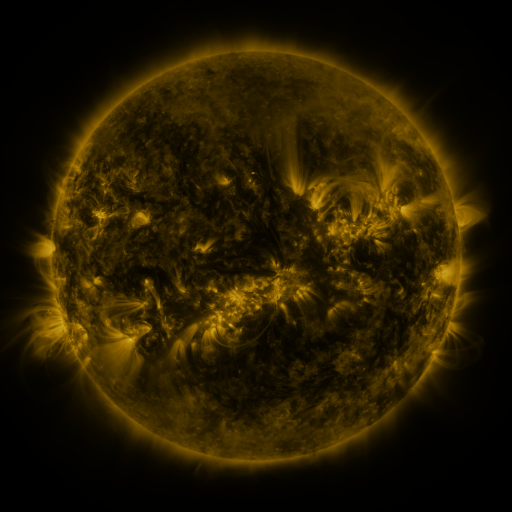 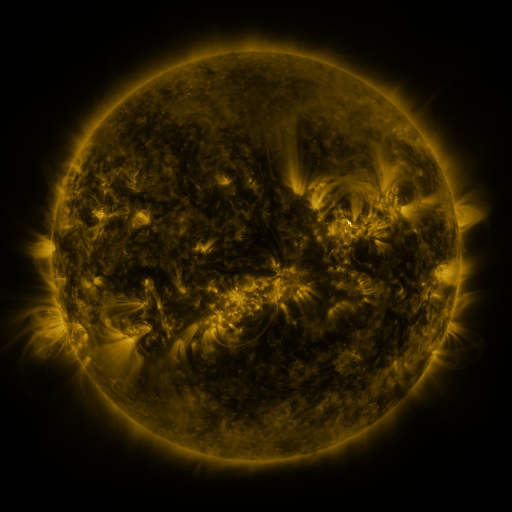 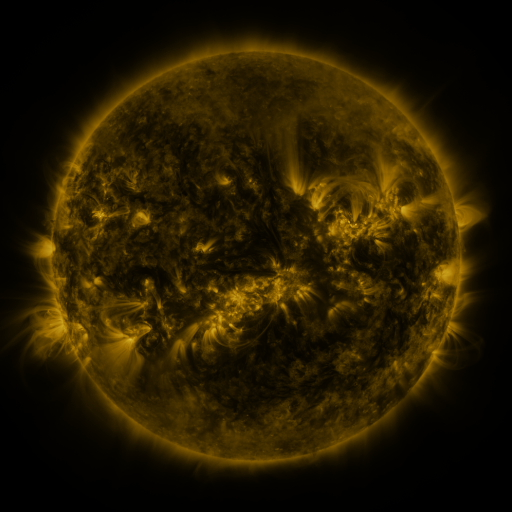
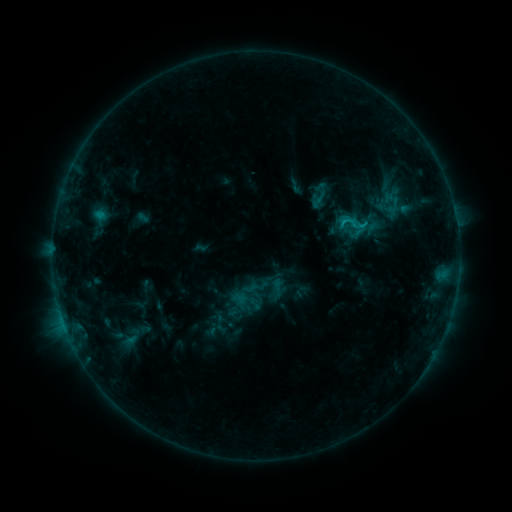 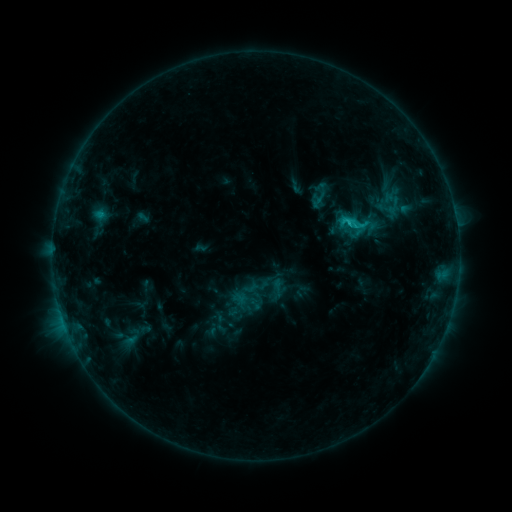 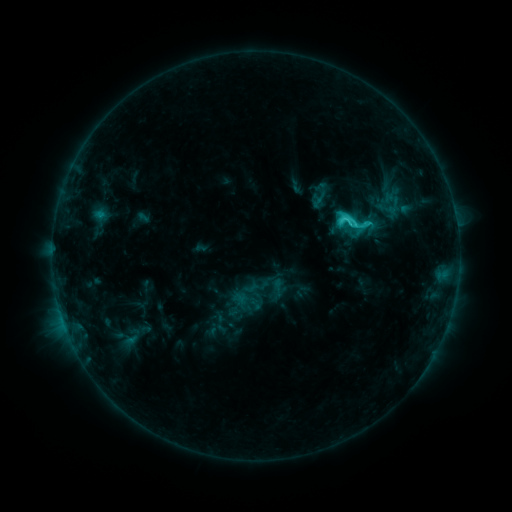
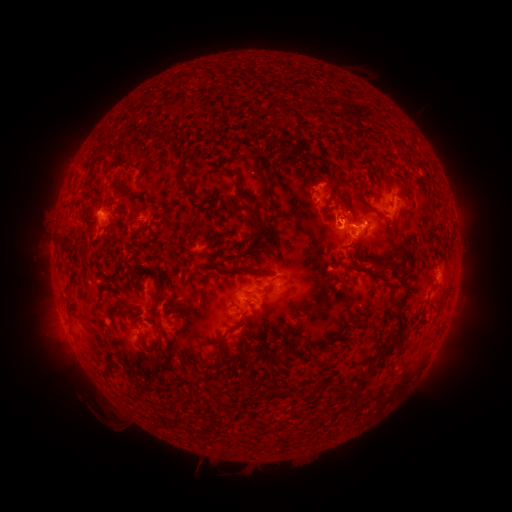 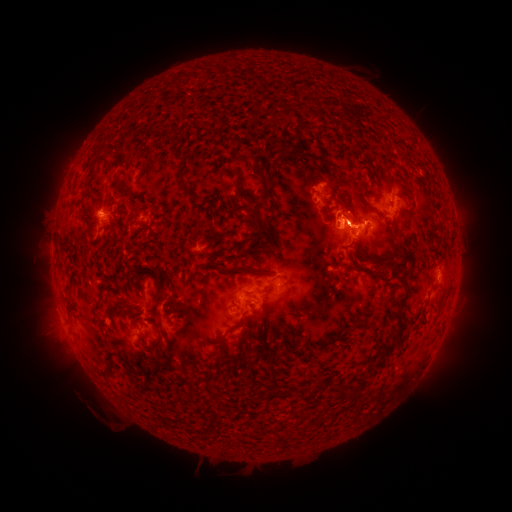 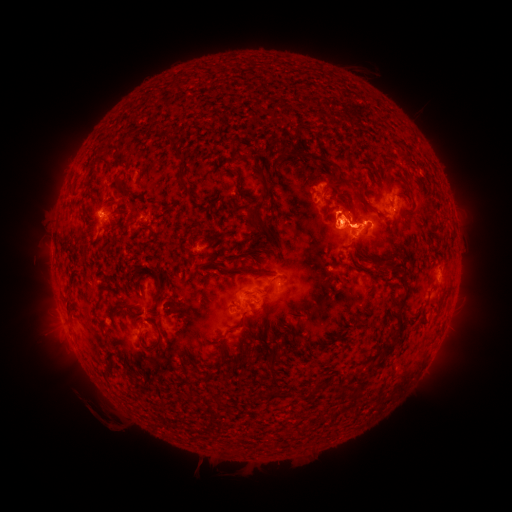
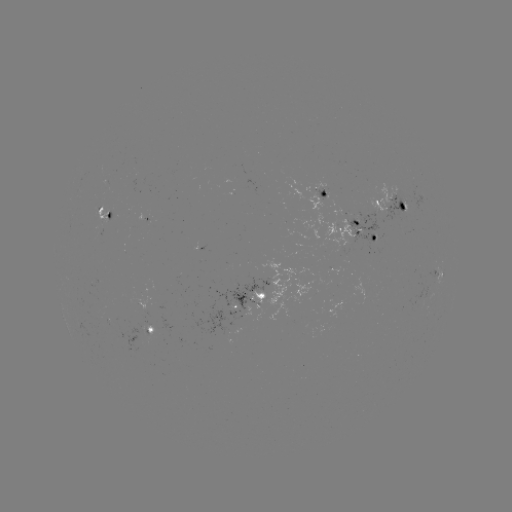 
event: eruption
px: (337, 220)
